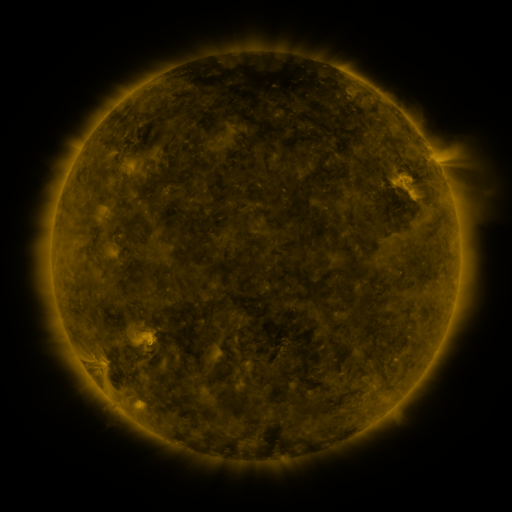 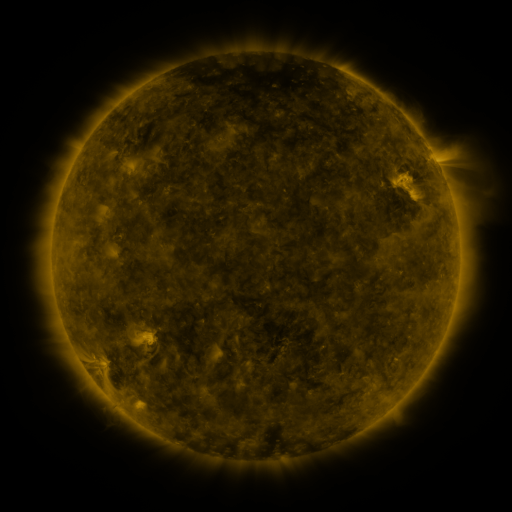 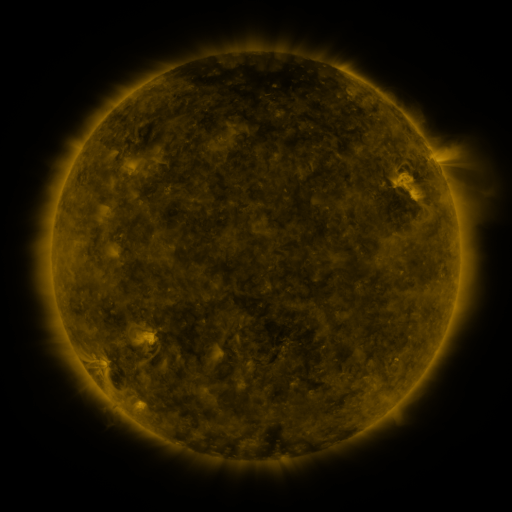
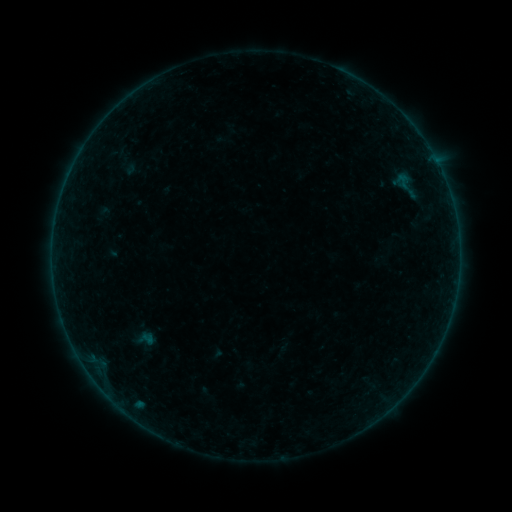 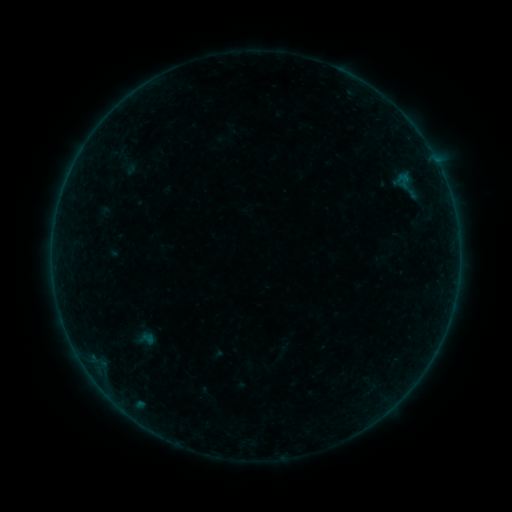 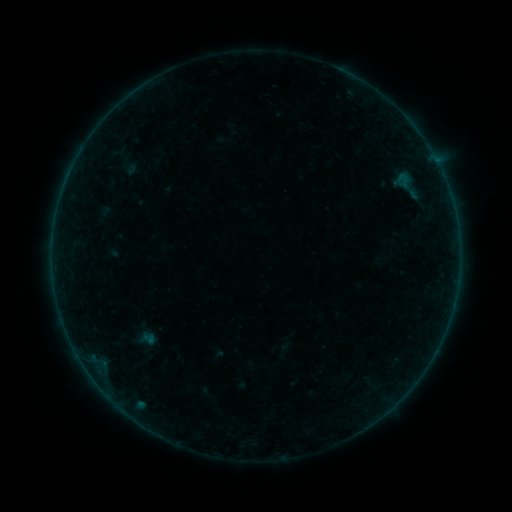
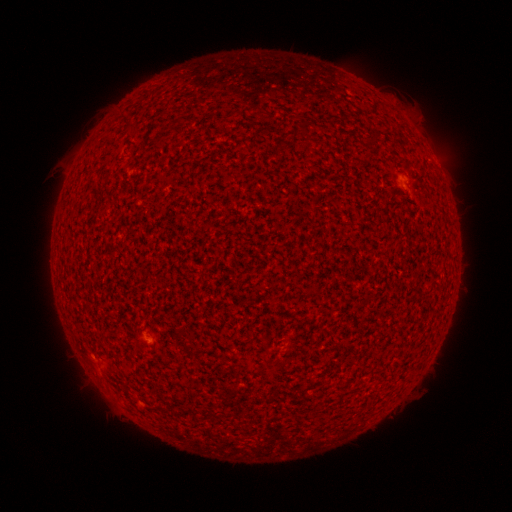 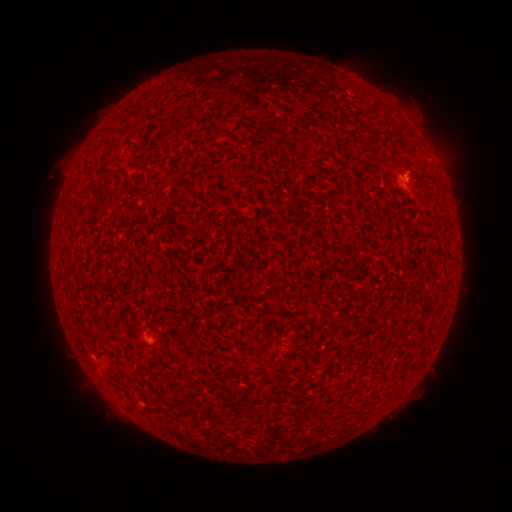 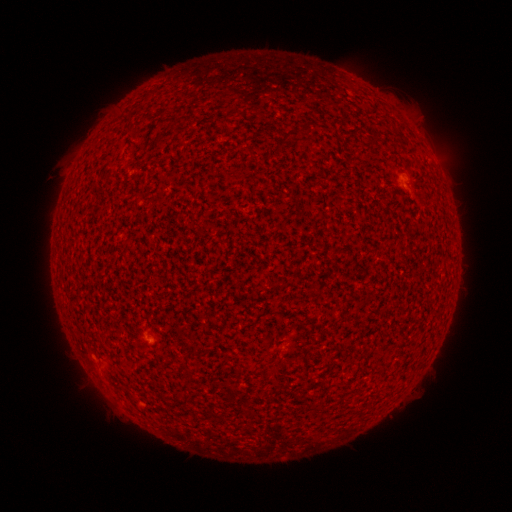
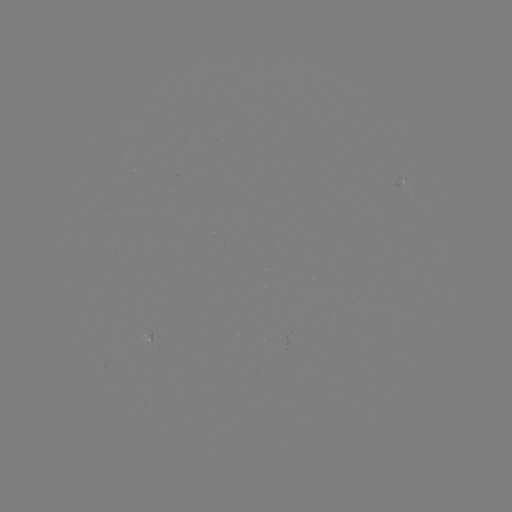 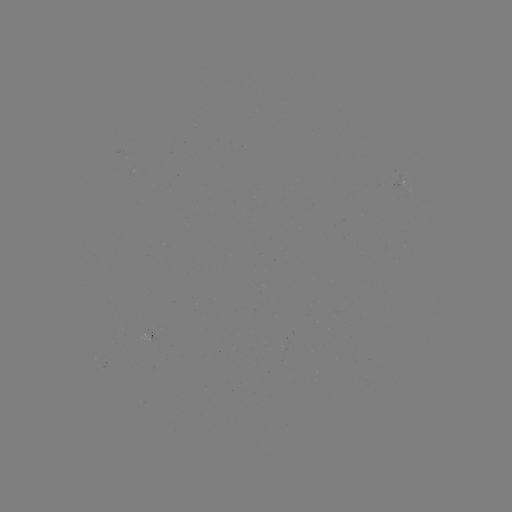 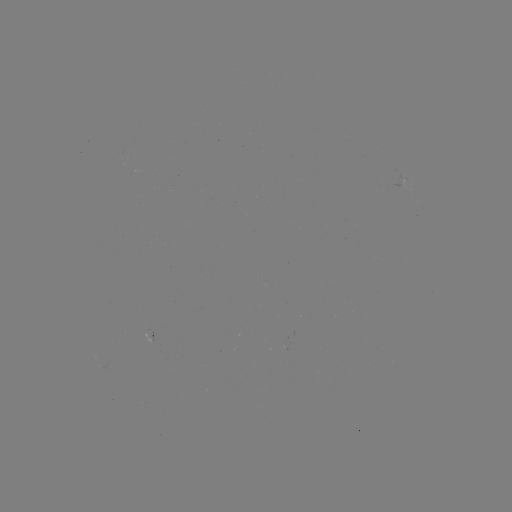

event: flare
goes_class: A3.2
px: (404, 176)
